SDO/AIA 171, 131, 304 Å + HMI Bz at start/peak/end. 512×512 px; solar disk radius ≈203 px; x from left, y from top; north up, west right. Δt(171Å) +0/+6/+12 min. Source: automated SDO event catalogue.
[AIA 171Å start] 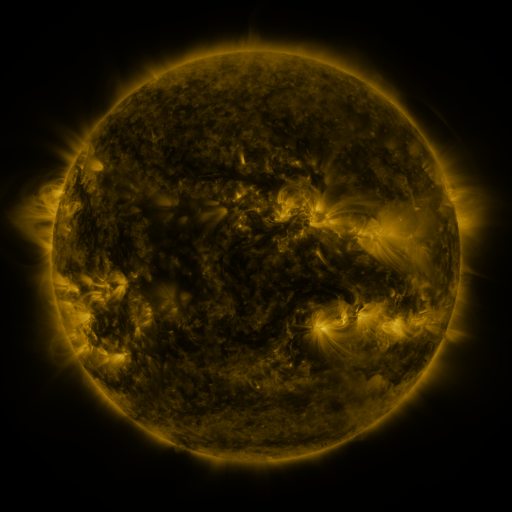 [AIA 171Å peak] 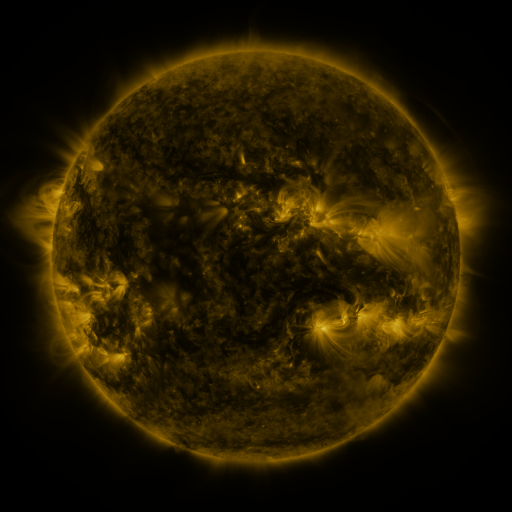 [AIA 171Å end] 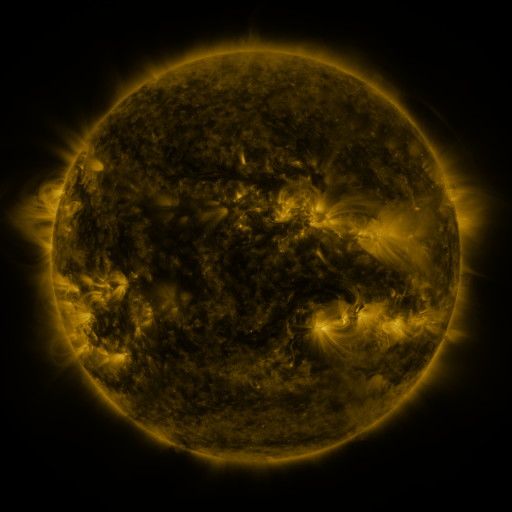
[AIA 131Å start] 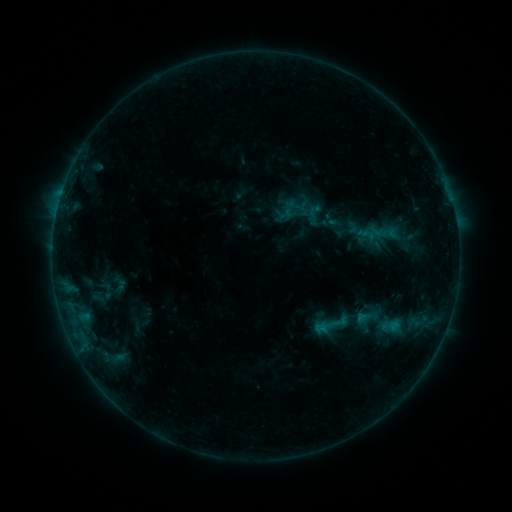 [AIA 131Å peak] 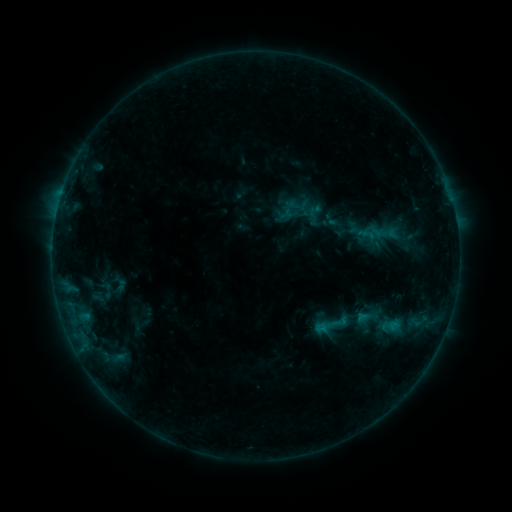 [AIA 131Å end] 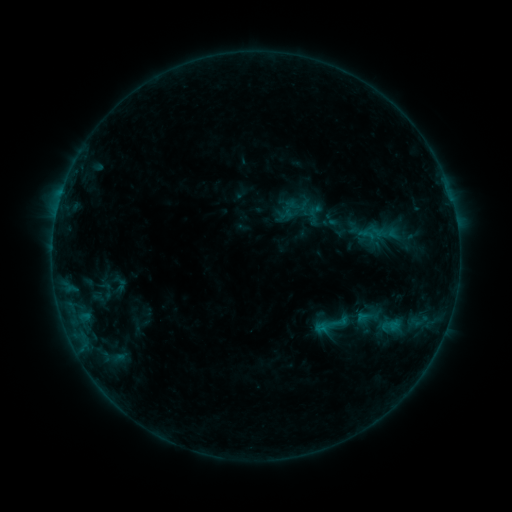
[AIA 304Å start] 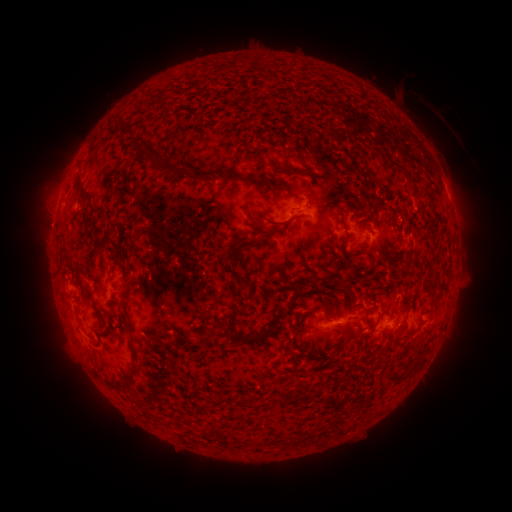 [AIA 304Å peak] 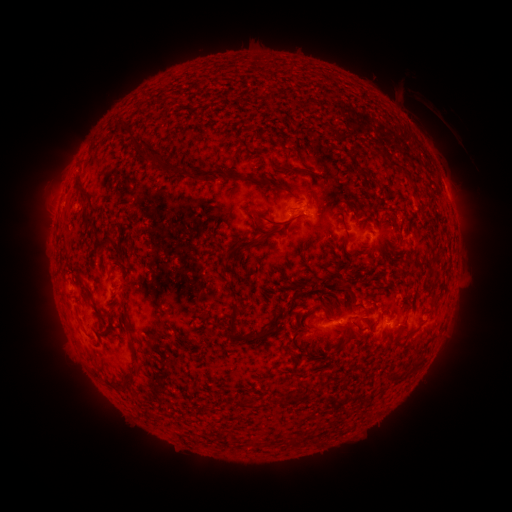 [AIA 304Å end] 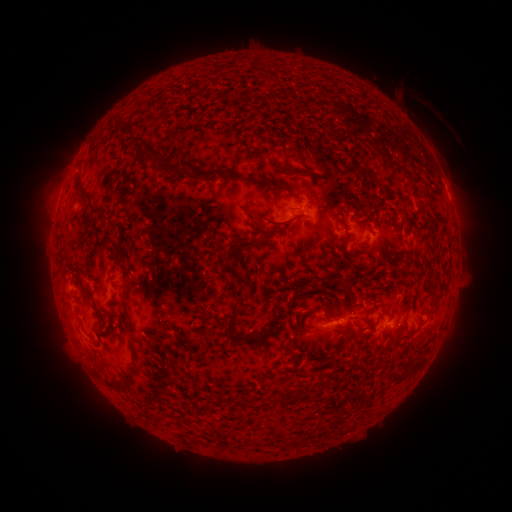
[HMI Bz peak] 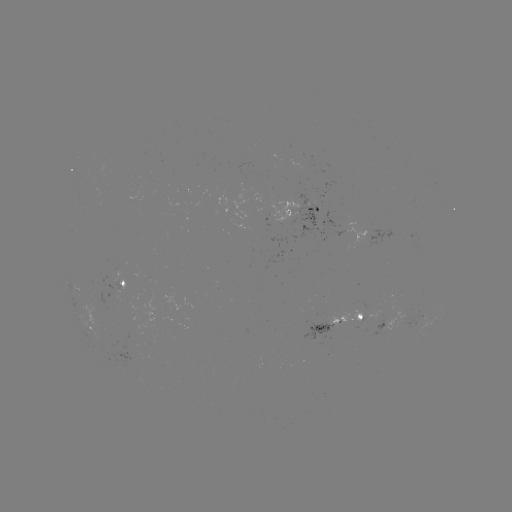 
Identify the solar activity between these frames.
nothing was catalogued: no classed flare, no EUV trigger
